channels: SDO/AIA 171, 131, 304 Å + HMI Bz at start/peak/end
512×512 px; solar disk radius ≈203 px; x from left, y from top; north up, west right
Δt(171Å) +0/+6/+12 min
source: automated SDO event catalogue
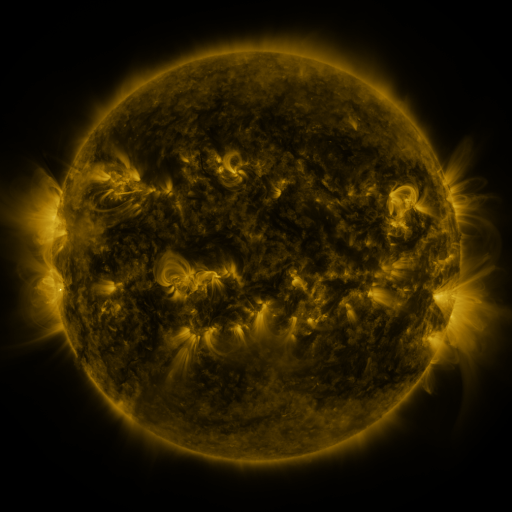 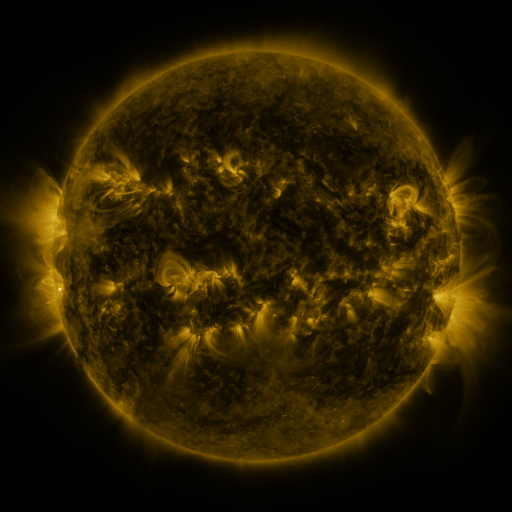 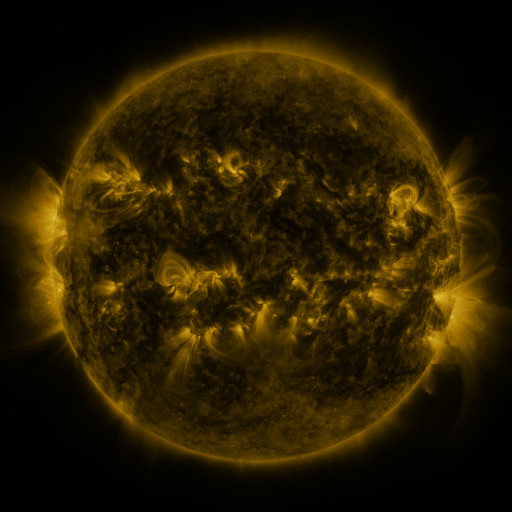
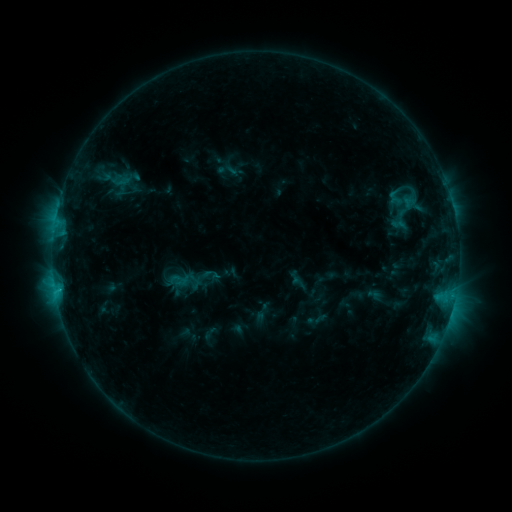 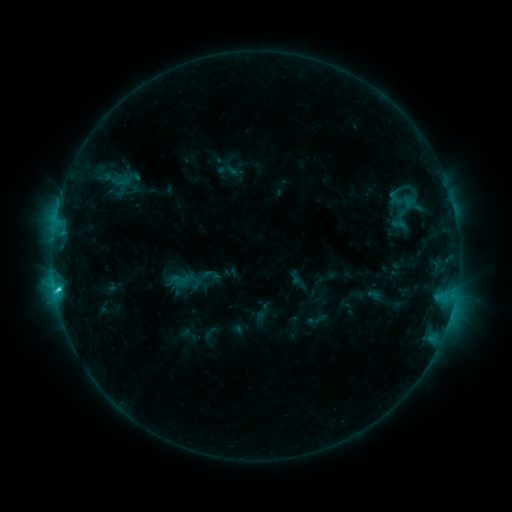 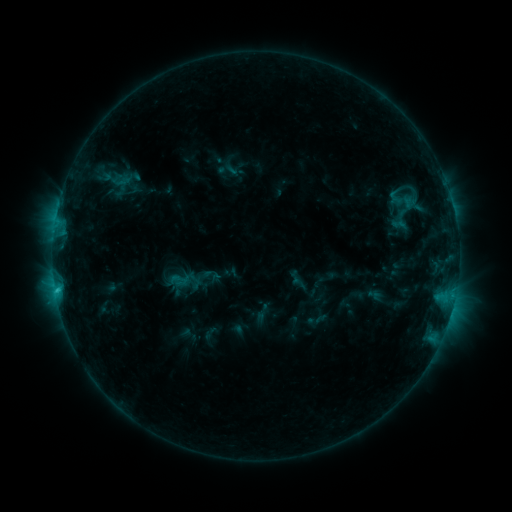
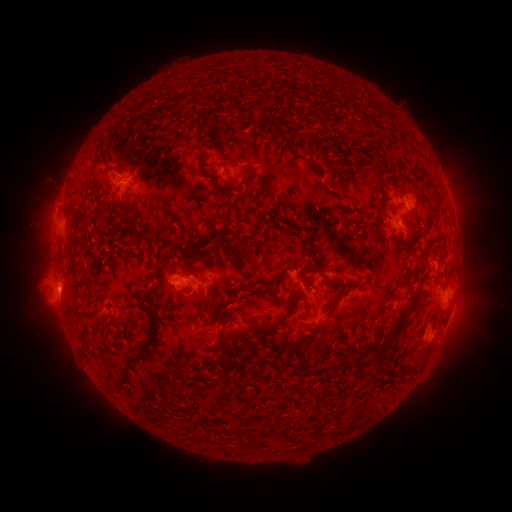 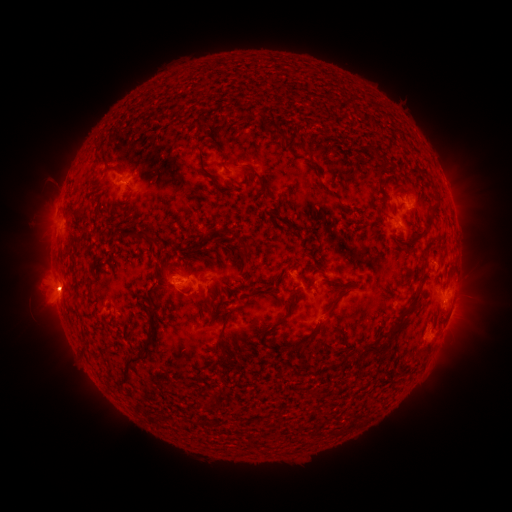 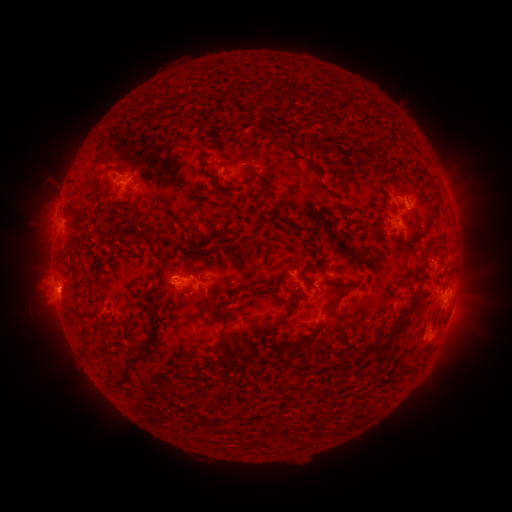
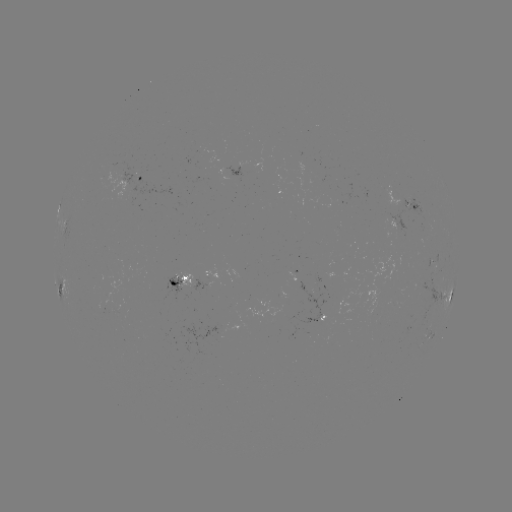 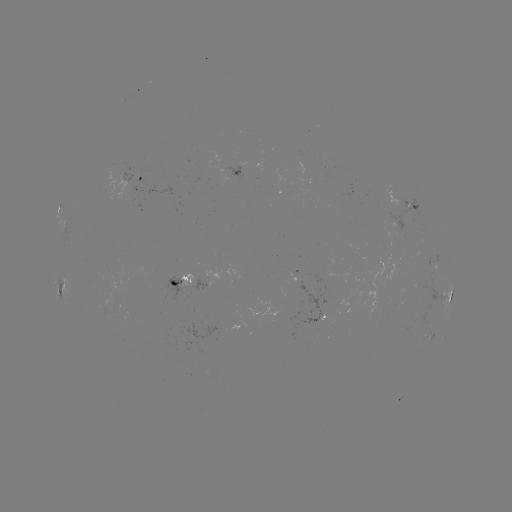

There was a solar flare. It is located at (59, 286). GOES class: C1.9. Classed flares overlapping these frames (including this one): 1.